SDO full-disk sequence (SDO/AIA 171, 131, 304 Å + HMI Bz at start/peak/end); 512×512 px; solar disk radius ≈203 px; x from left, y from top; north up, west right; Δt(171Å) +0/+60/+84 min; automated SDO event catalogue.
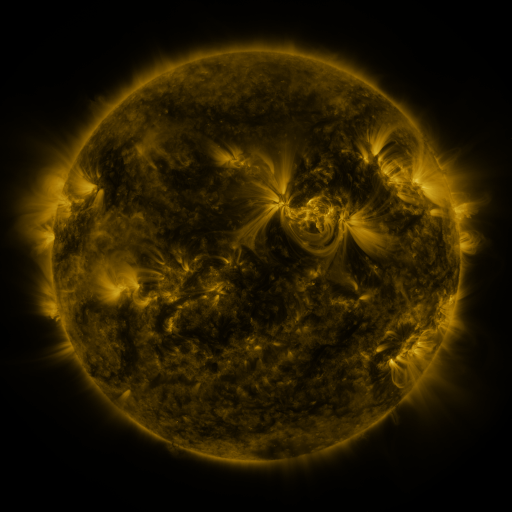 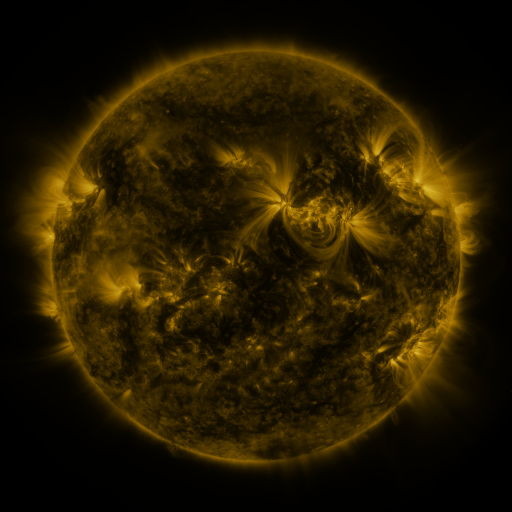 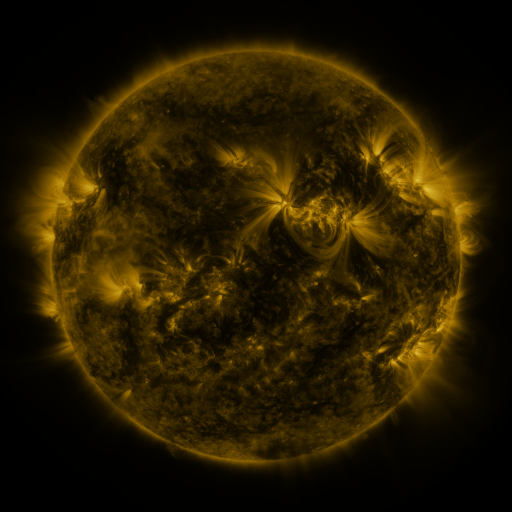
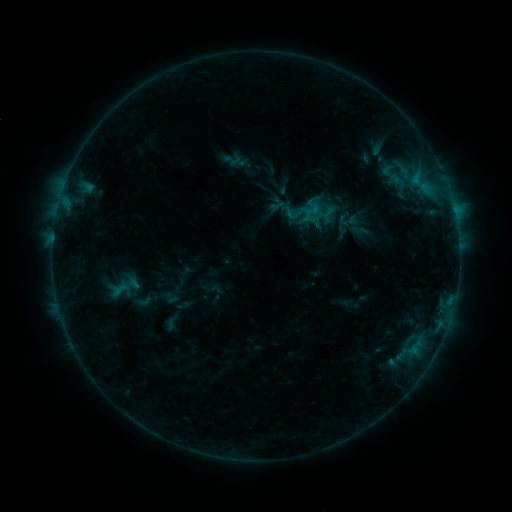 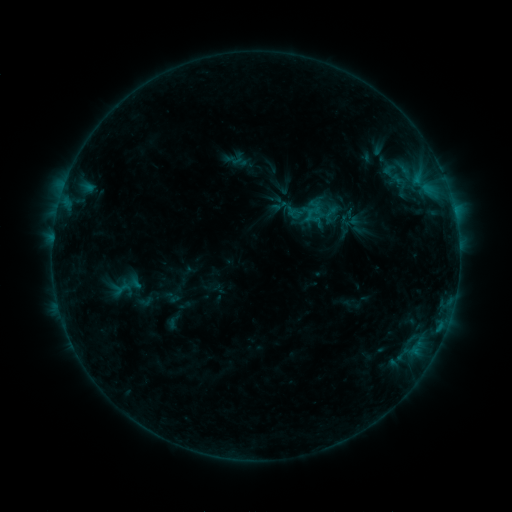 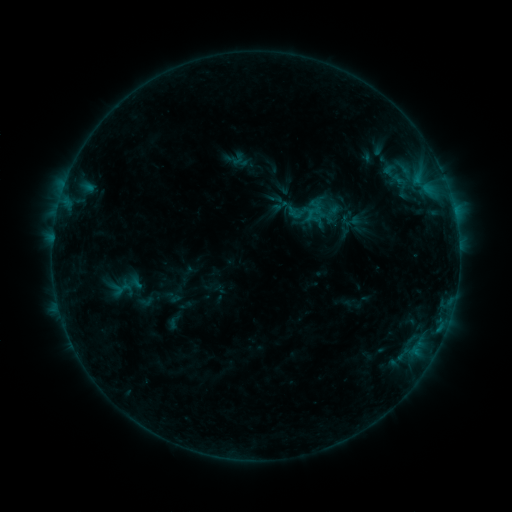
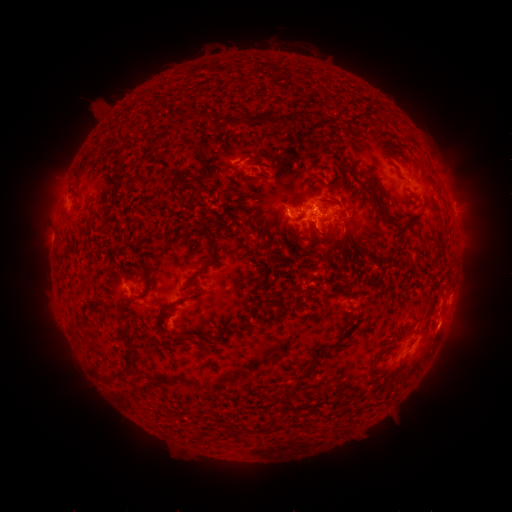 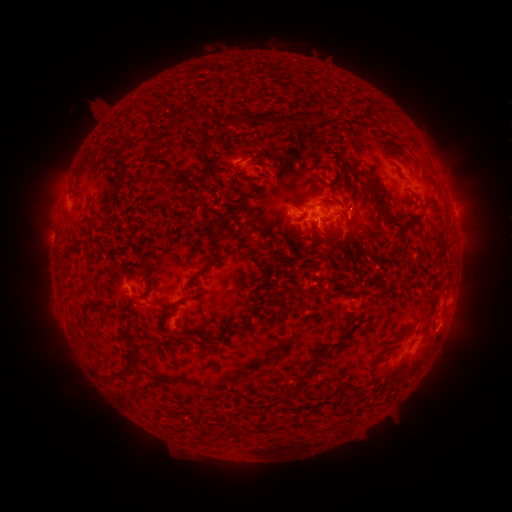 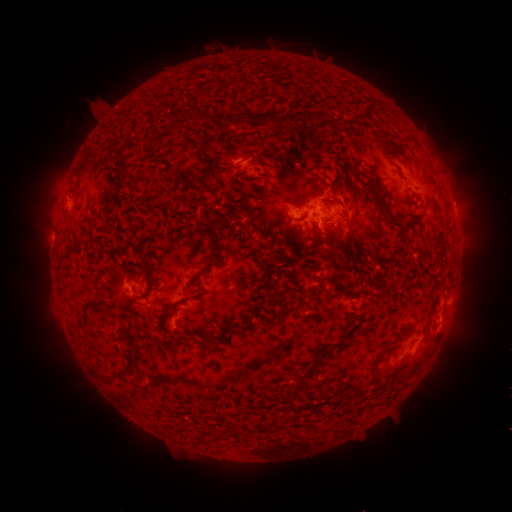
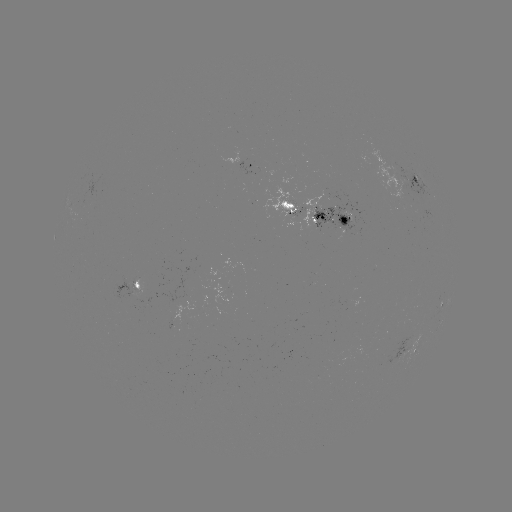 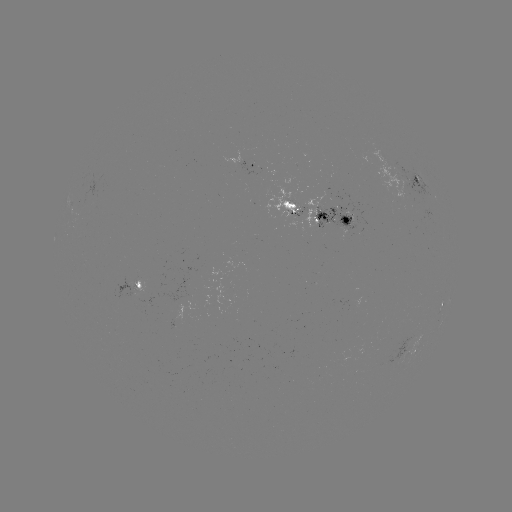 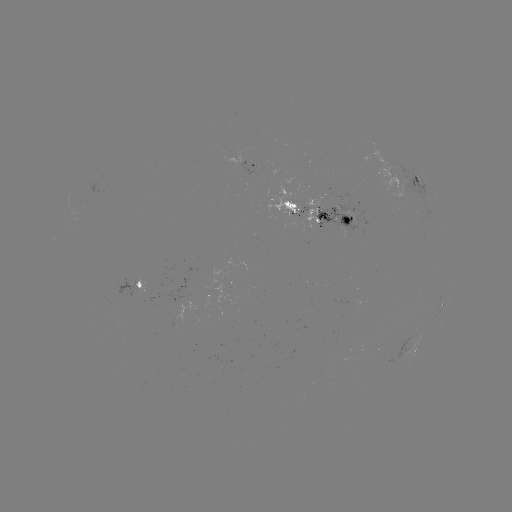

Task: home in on emerging-flux region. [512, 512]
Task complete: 399,185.